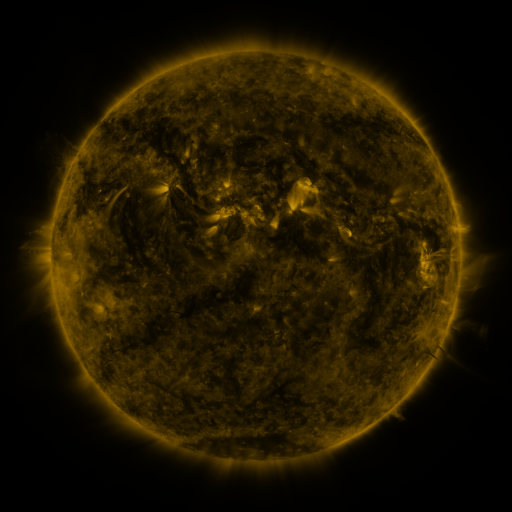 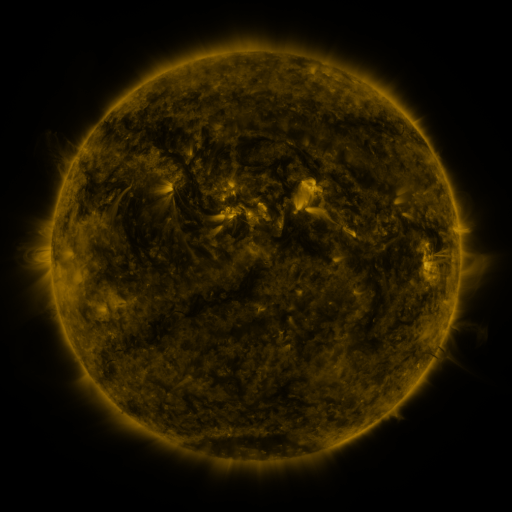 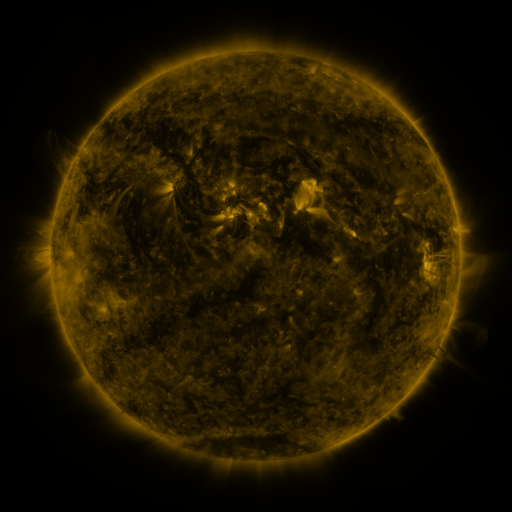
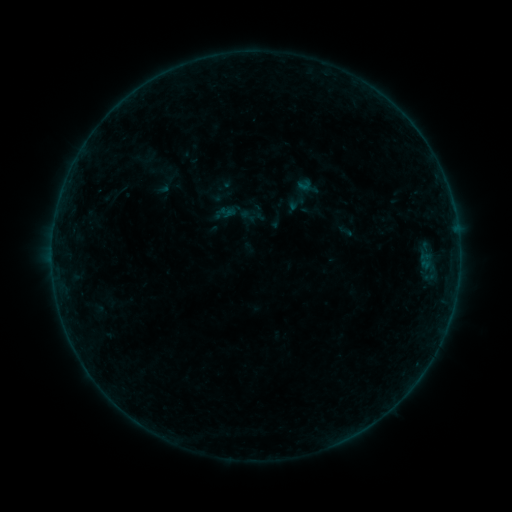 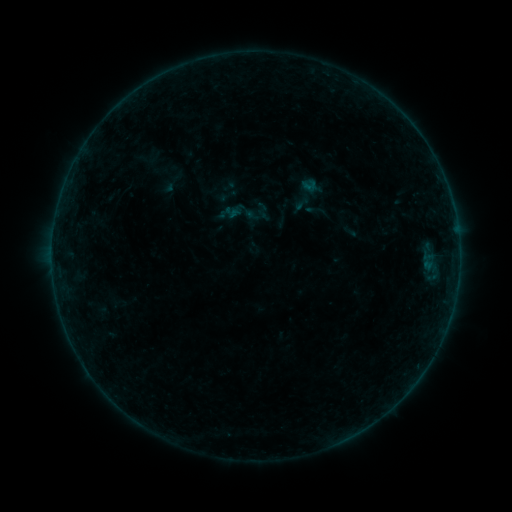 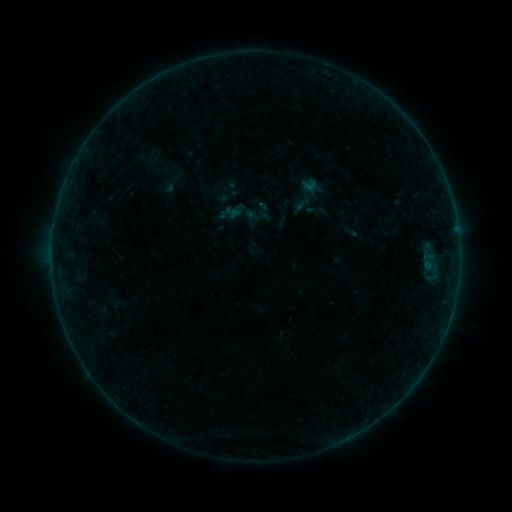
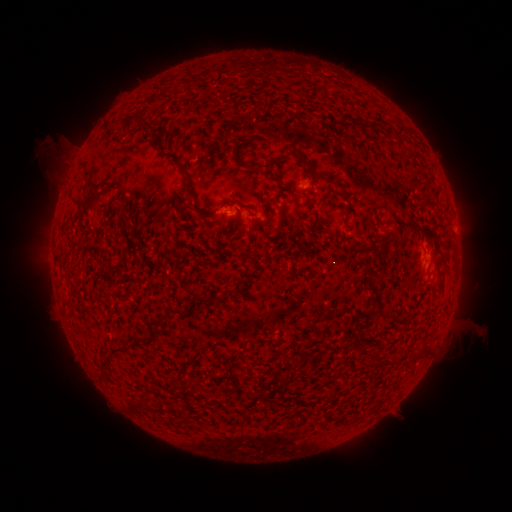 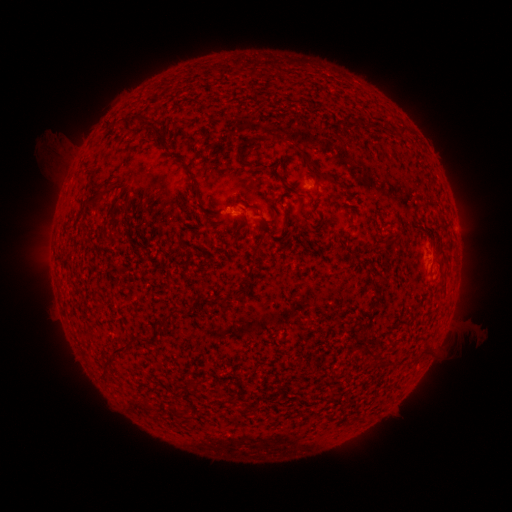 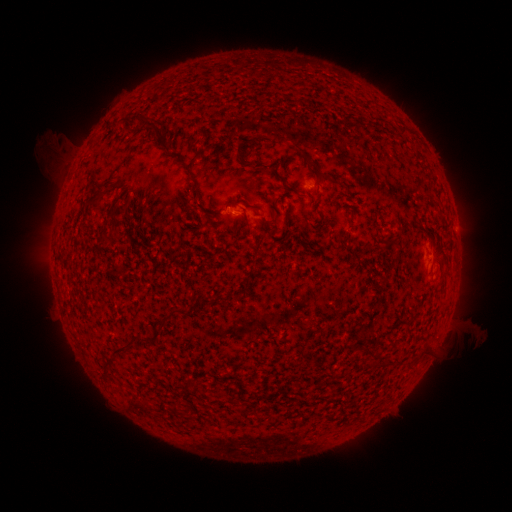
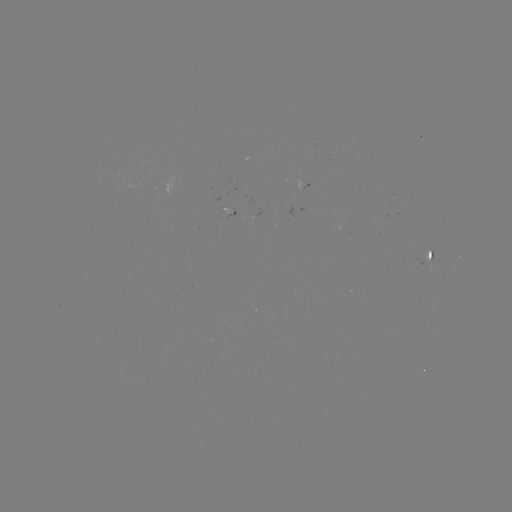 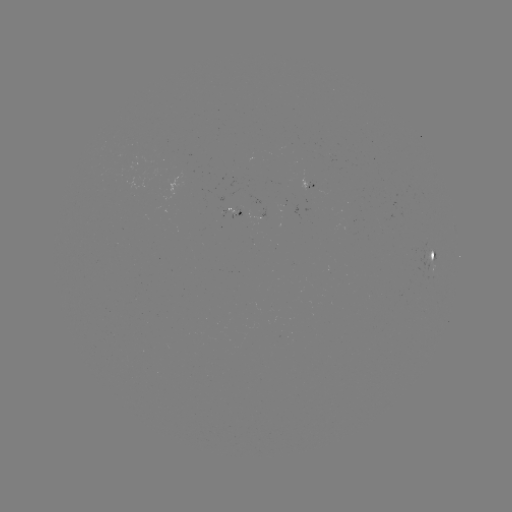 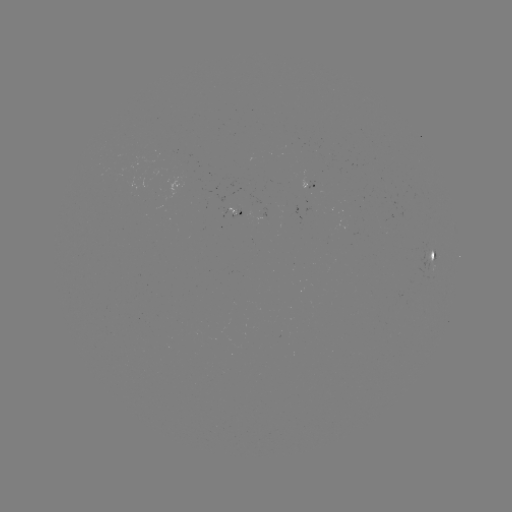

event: emerging-flux region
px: (308, 182)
